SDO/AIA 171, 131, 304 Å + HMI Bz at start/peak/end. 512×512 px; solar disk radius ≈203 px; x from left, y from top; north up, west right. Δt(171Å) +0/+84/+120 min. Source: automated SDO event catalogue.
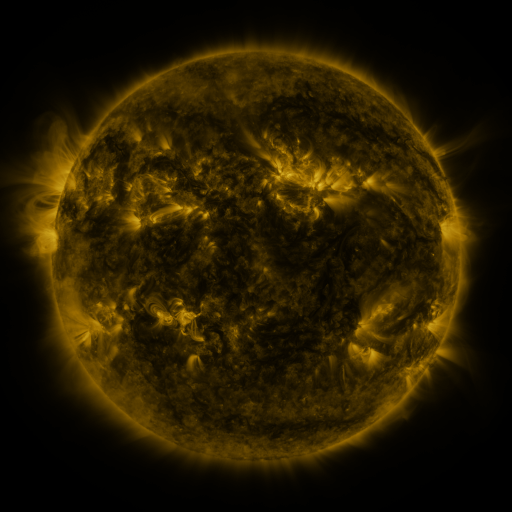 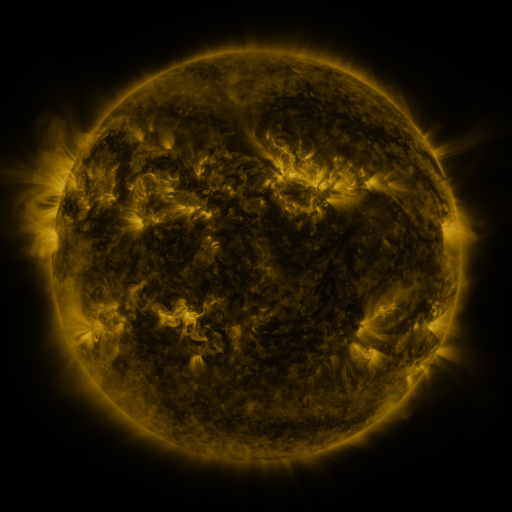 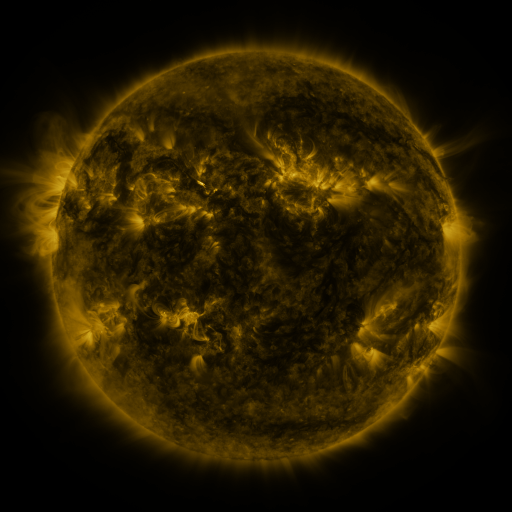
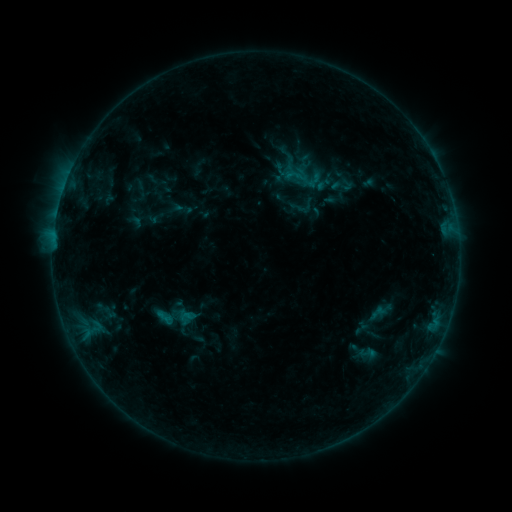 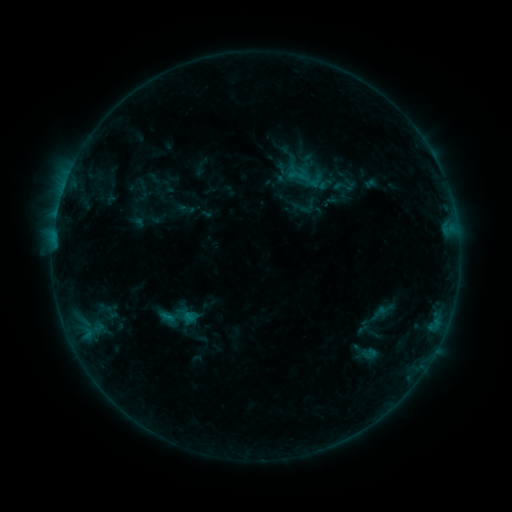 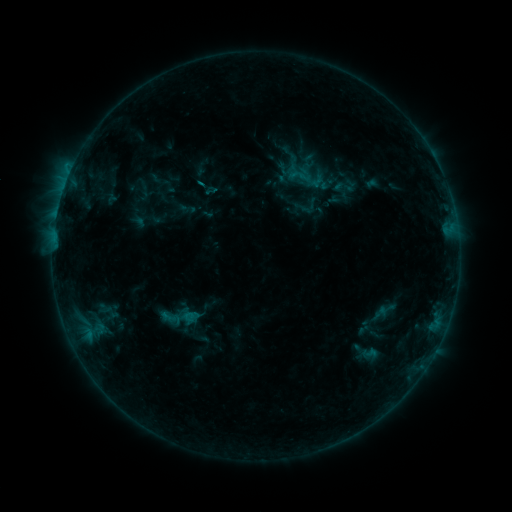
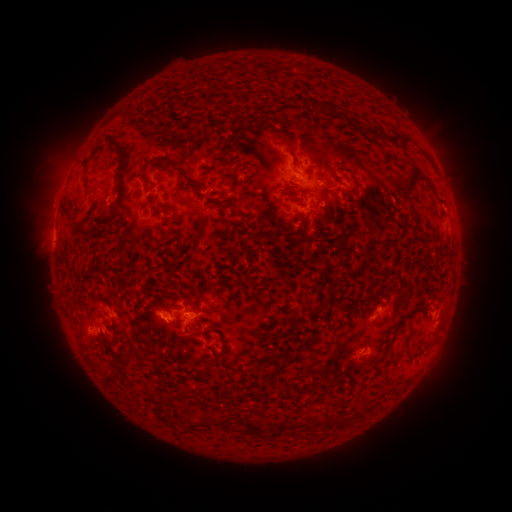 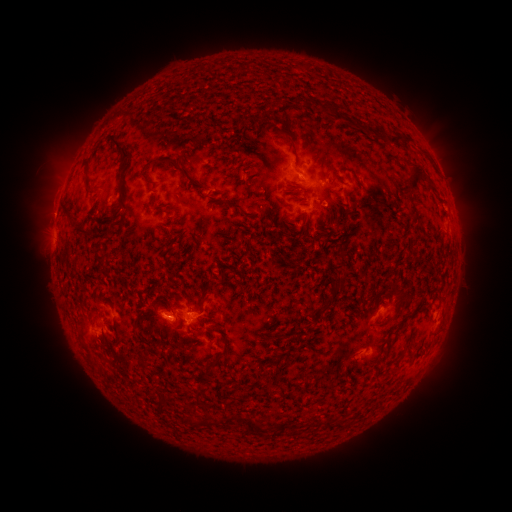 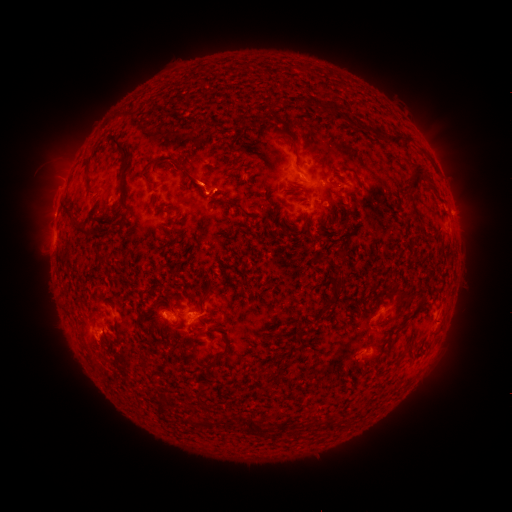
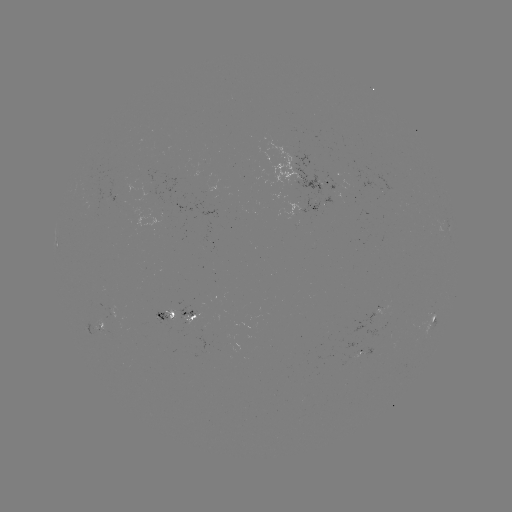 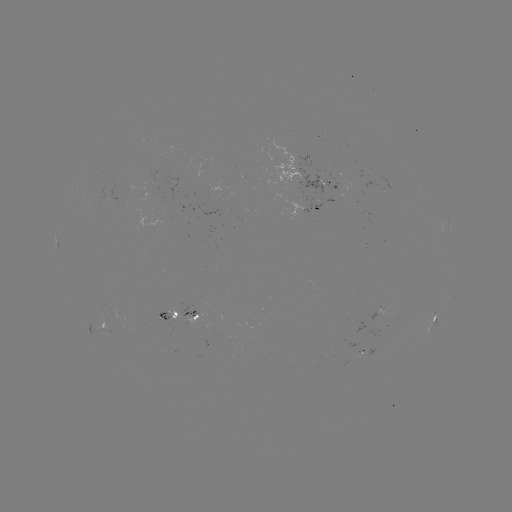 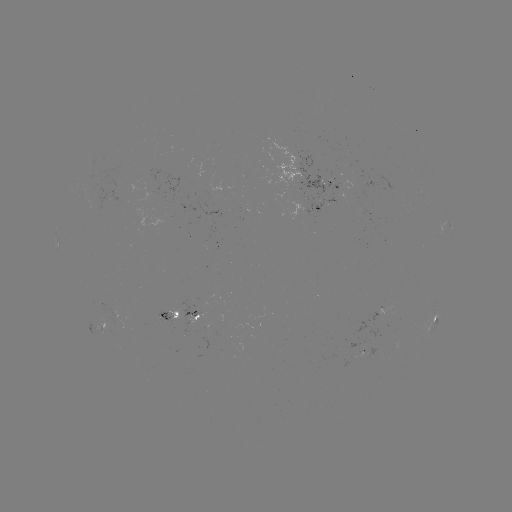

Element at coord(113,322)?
emerging-flux region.